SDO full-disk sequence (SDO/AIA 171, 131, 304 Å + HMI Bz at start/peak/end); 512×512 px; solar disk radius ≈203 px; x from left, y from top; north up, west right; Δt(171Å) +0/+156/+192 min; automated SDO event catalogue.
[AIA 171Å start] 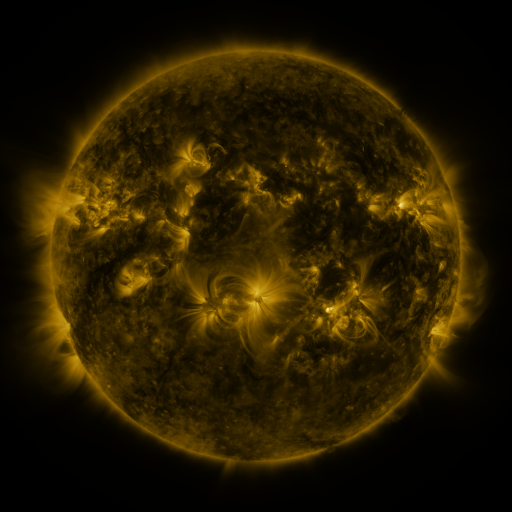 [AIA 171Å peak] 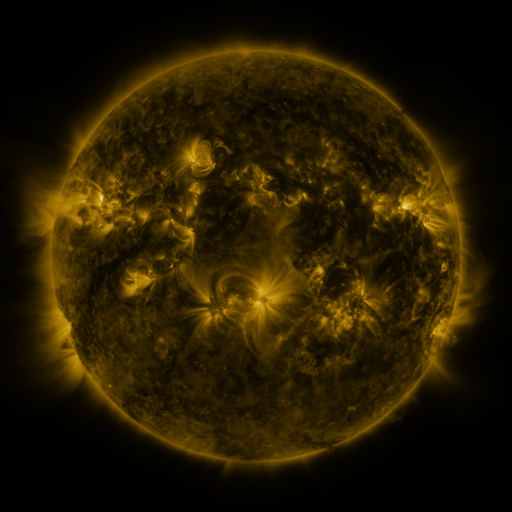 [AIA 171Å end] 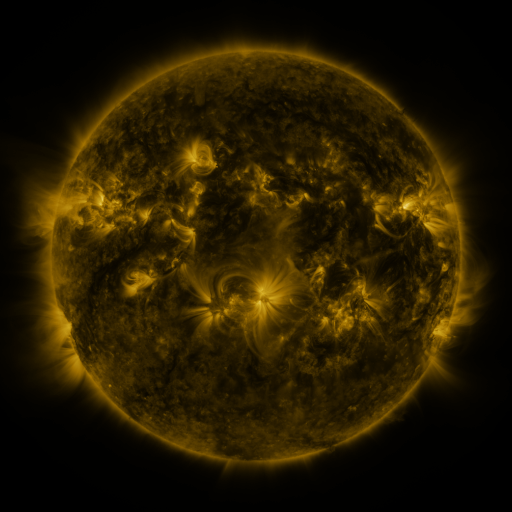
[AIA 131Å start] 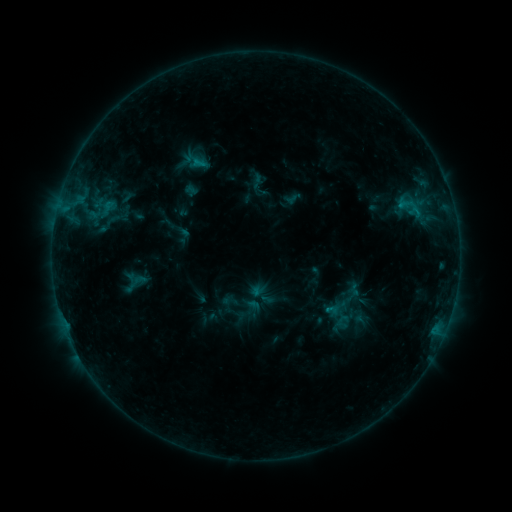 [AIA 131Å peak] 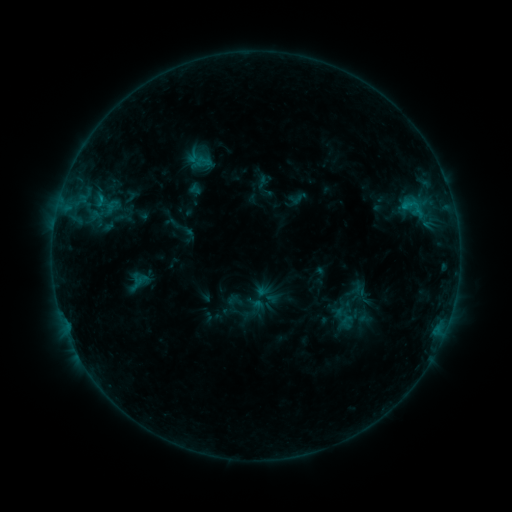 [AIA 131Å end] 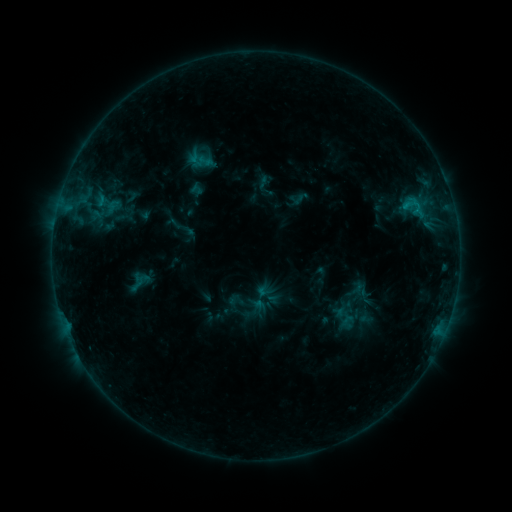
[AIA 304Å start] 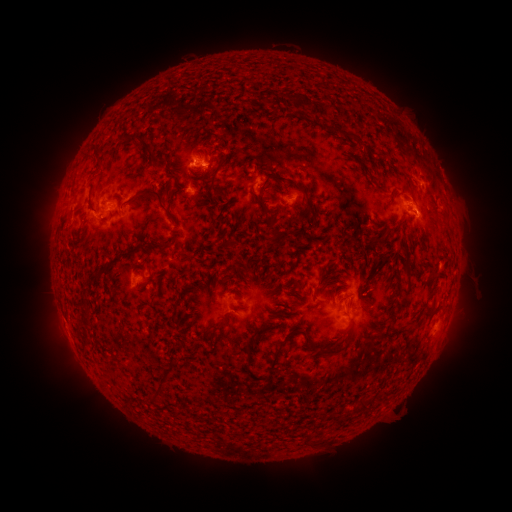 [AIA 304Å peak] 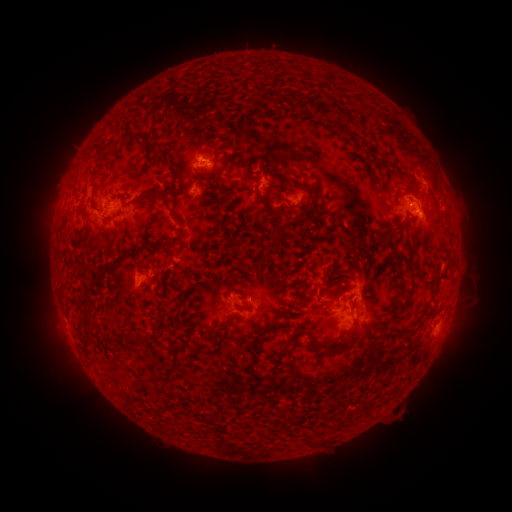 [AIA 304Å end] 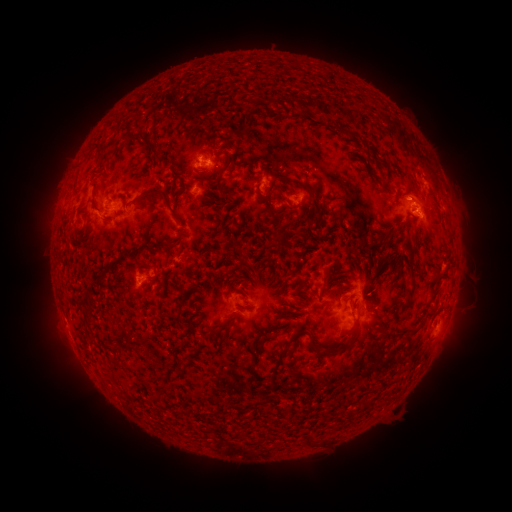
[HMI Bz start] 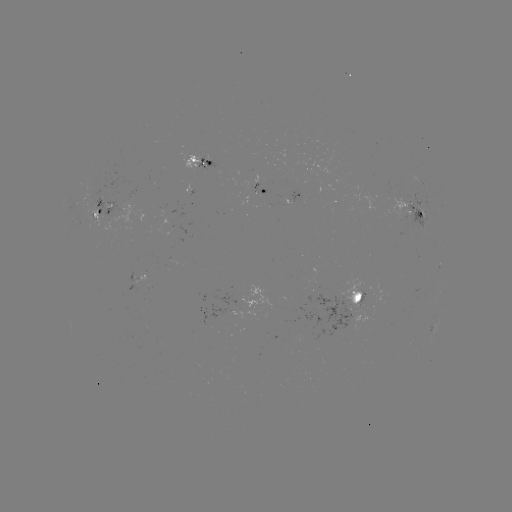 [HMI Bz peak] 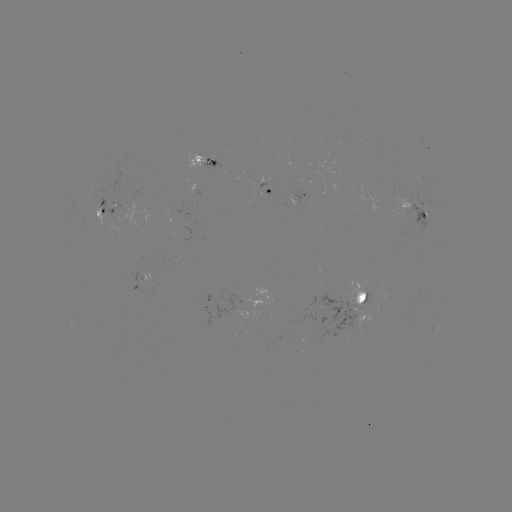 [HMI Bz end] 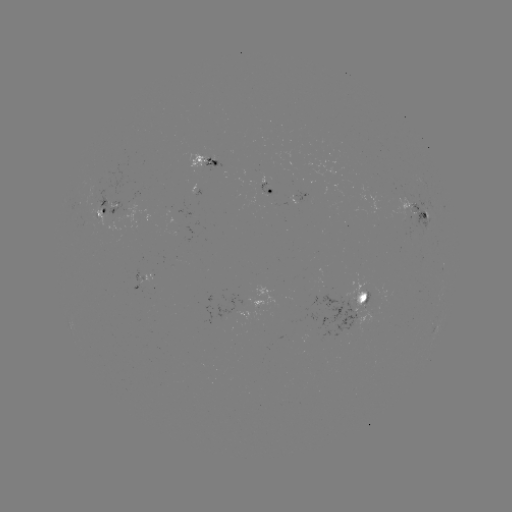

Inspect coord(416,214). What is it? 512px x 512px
emerging-flux region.